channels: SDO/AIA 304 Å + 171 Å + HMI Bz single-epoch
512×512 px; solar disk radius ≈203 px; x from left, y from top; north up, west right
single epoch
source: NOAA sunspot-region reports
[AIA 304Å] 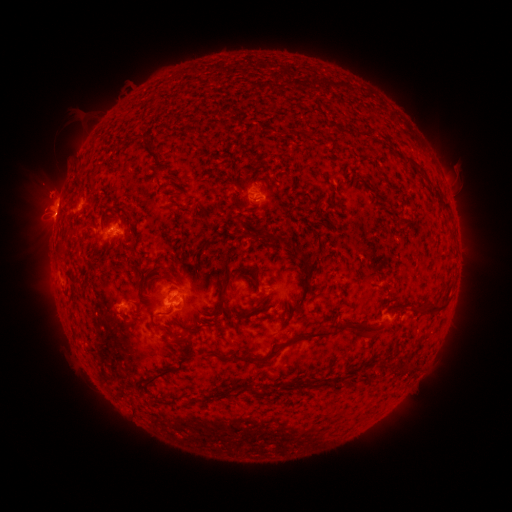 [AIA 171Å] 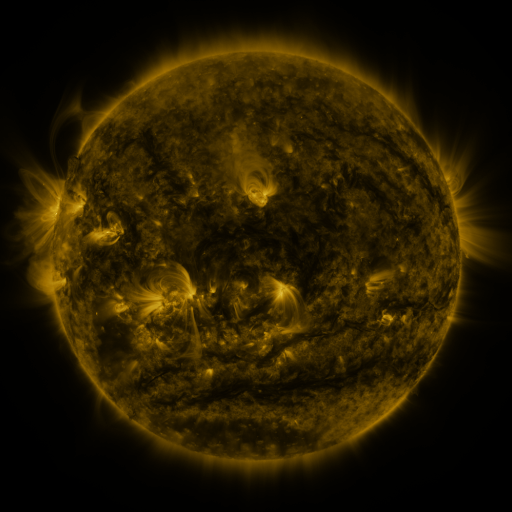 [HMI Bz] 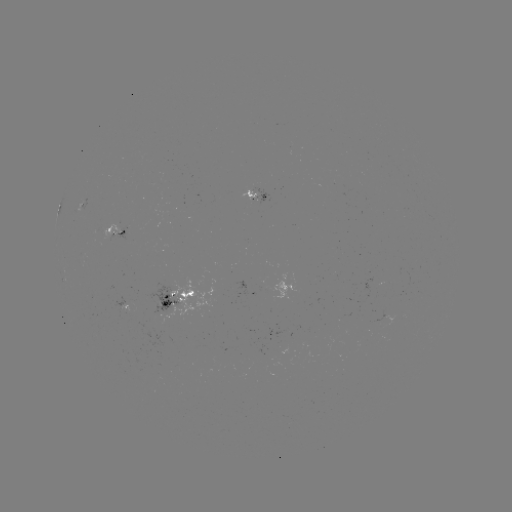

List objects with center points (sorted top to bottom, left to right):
spotted active region: (256, 196)
spotted active region: (119, 231)
spotted active region: (175, 296)
spotted active region: (124, 302)
